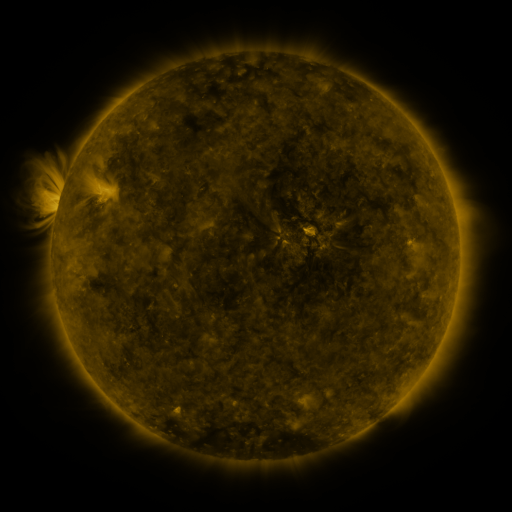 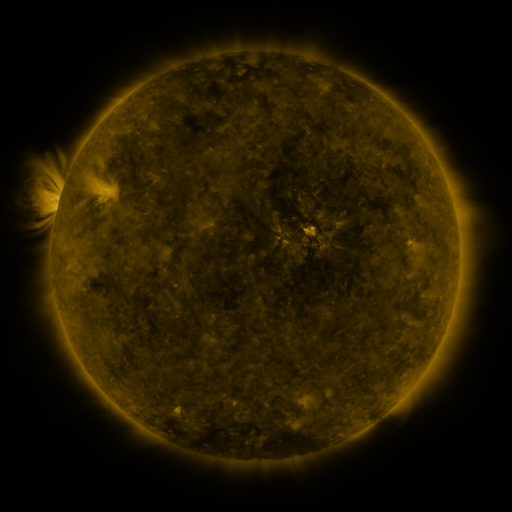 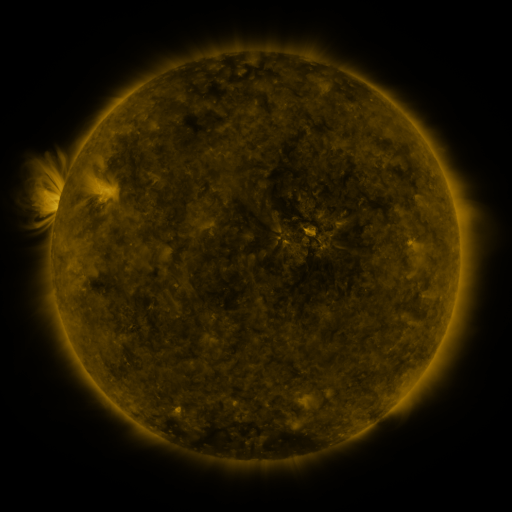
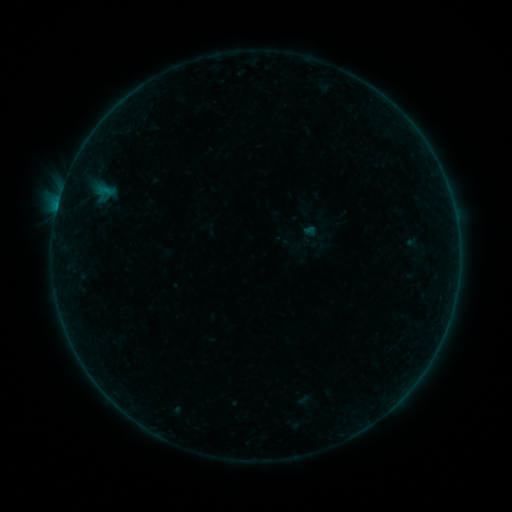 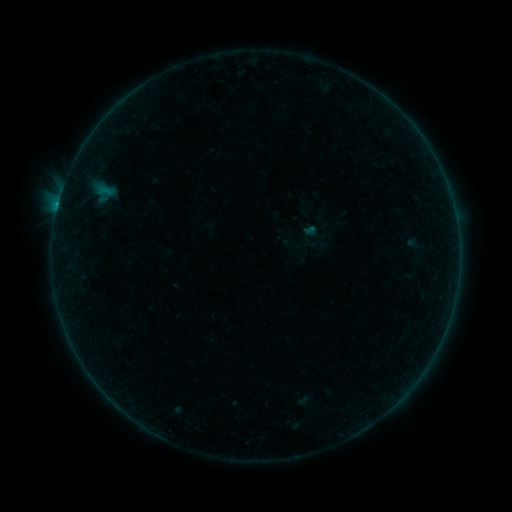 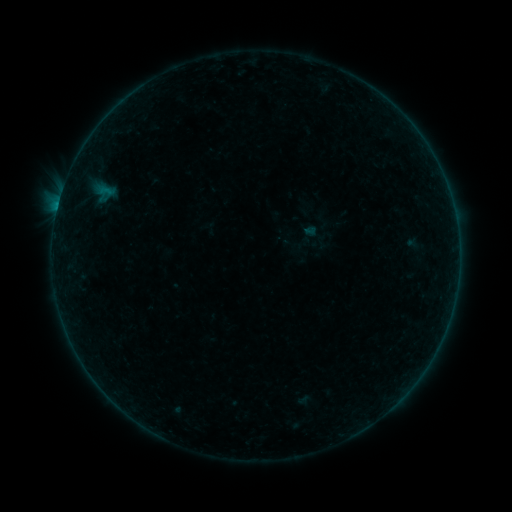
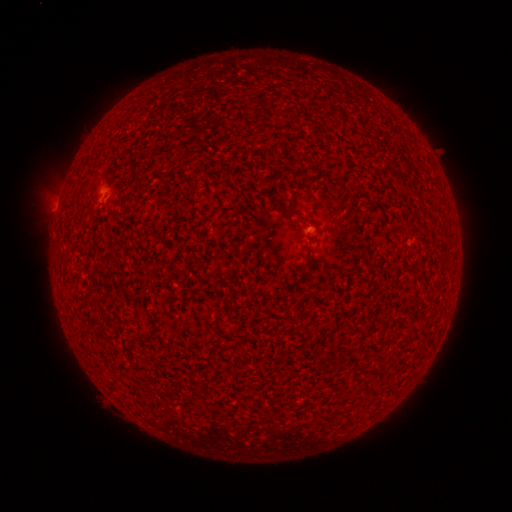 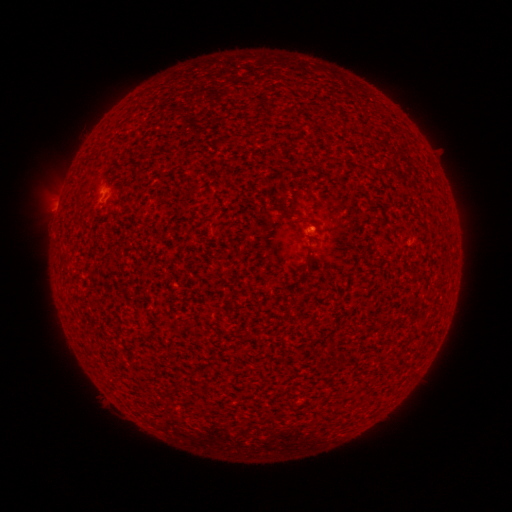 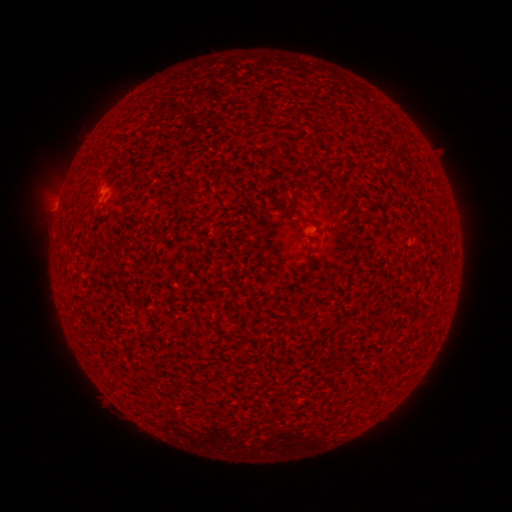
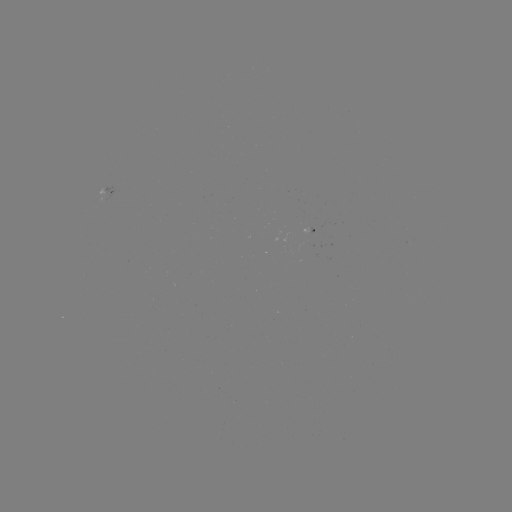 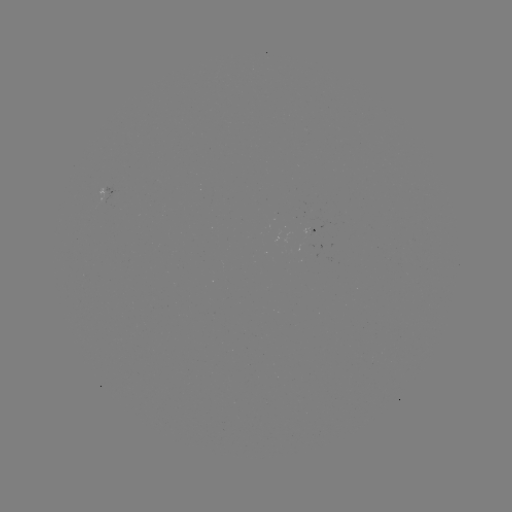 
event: flare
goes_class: B1.8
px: (58, 206)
